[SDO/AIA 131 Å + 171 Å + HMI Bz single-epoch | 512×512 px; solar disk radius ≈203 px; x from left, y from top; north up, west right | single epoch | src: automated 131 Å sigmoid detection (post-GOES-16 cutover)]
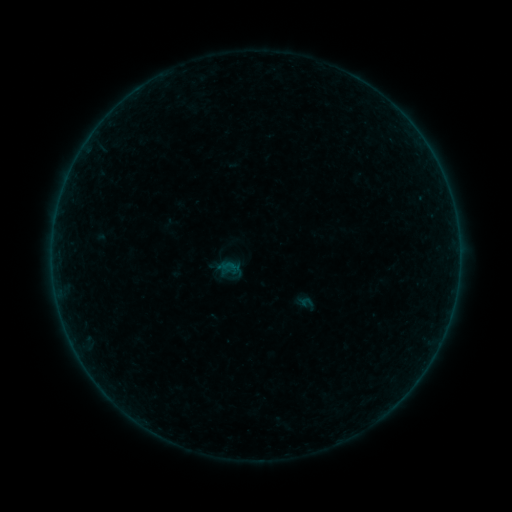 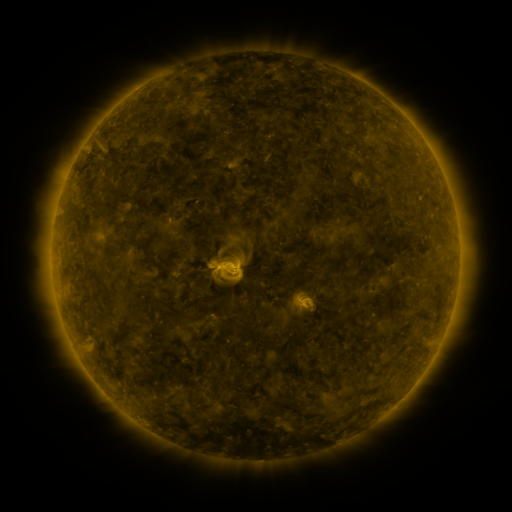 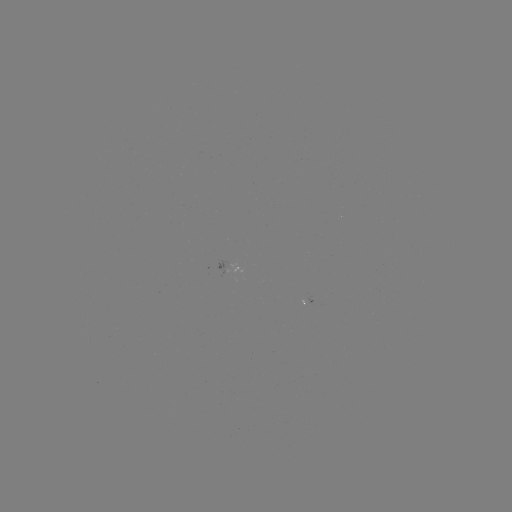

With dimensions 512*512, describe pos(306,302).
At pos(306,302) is sigmoid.